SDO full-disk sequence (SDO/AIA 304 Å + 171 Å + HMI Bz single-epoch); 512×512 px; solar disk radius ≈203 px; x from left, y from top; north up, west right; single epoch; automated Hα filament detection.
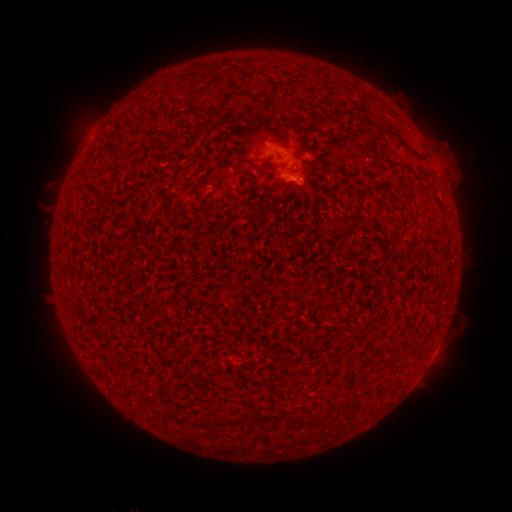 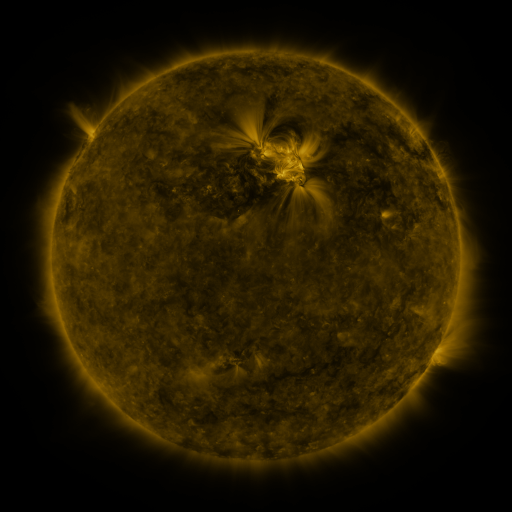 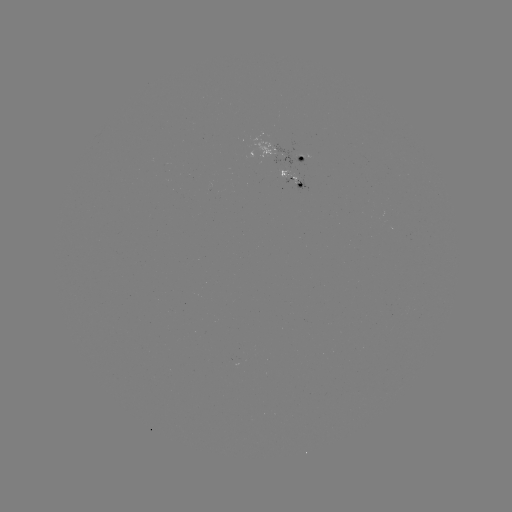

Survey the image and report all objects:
filament: (385, 130, 428, 162)
filament: (354, 188, 368, 220)
filament: (392, 381, 401, 391)
